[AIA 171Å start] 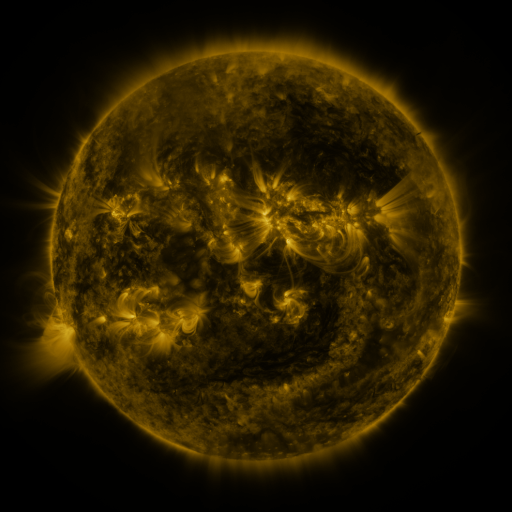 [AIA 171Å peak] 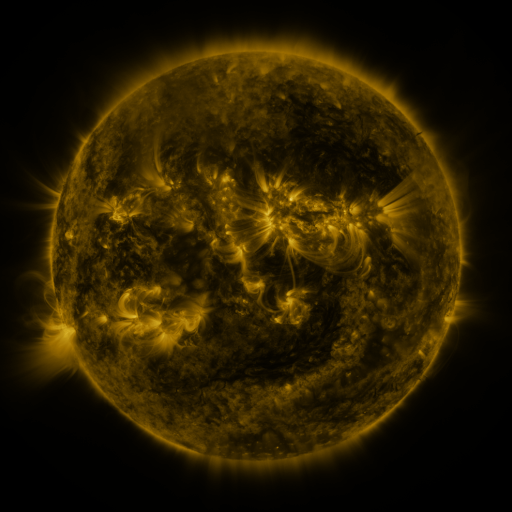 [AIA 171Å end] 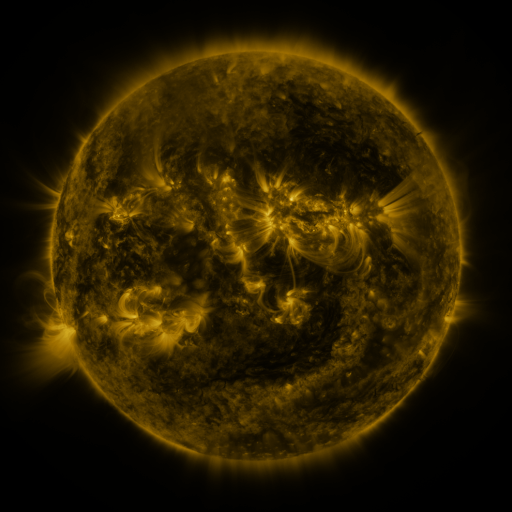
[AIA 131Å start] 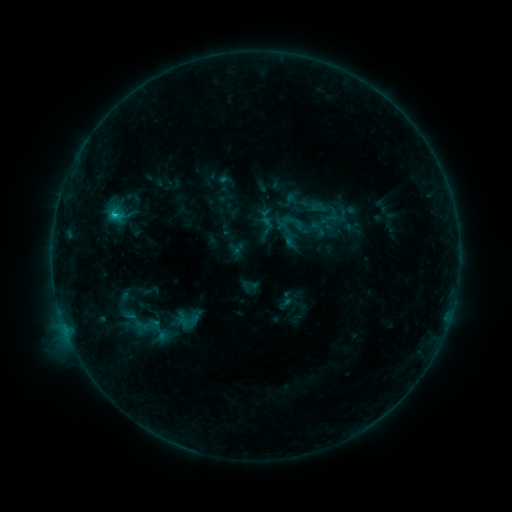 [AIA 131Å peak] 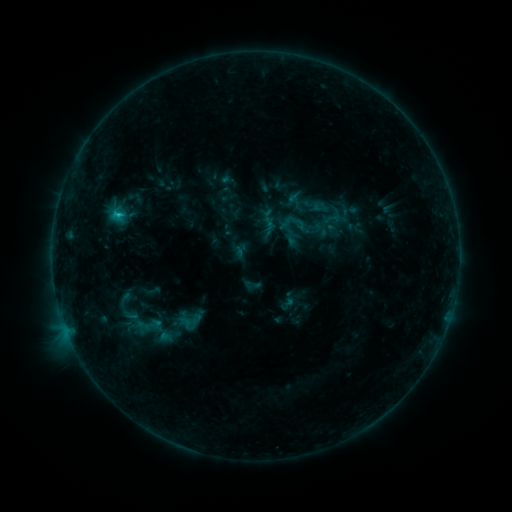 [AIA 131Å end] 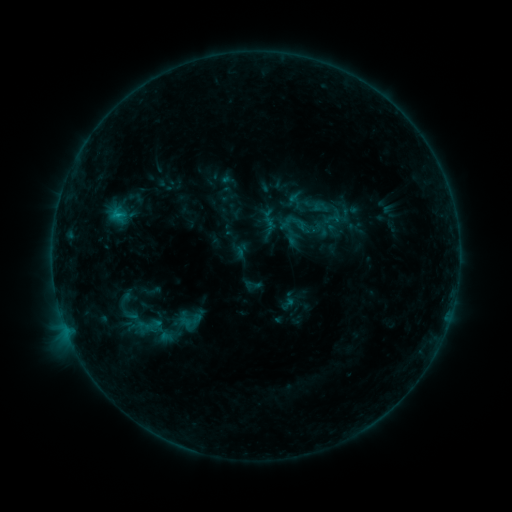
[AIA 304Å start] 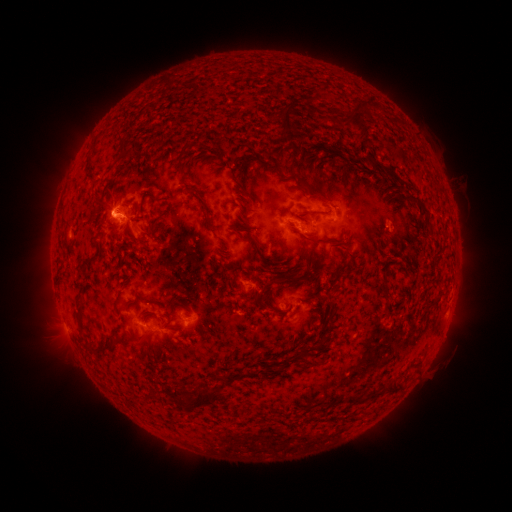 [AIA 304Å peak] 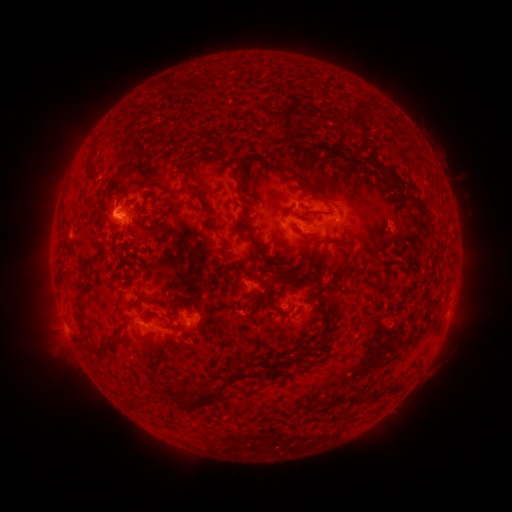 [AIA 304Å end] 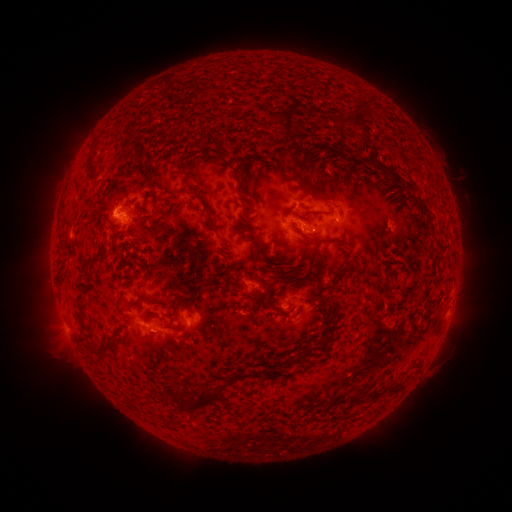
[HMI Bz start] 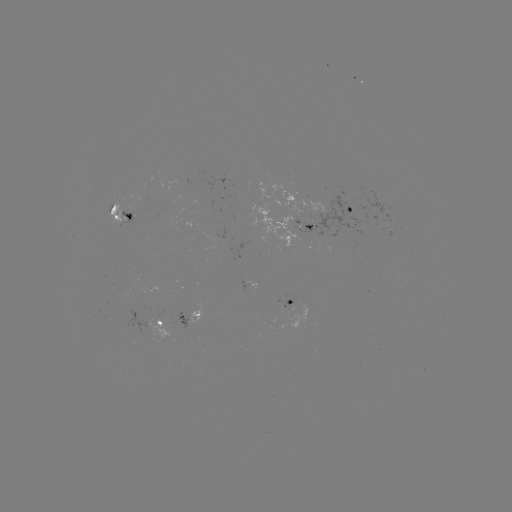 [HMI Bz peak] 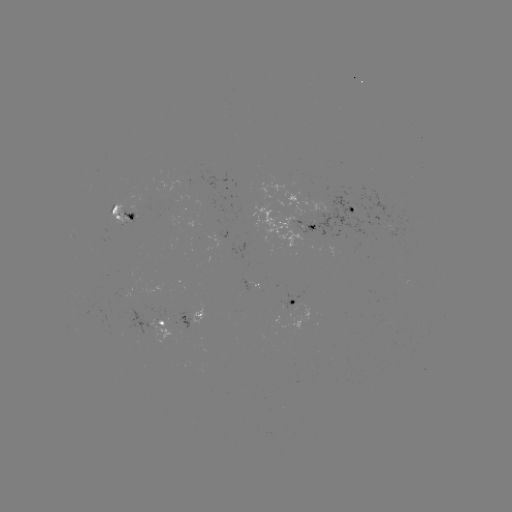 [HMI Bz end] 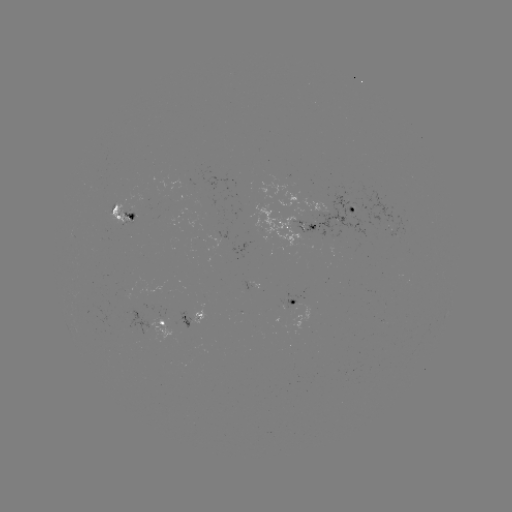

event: emerging-flux region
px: (325, 211)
